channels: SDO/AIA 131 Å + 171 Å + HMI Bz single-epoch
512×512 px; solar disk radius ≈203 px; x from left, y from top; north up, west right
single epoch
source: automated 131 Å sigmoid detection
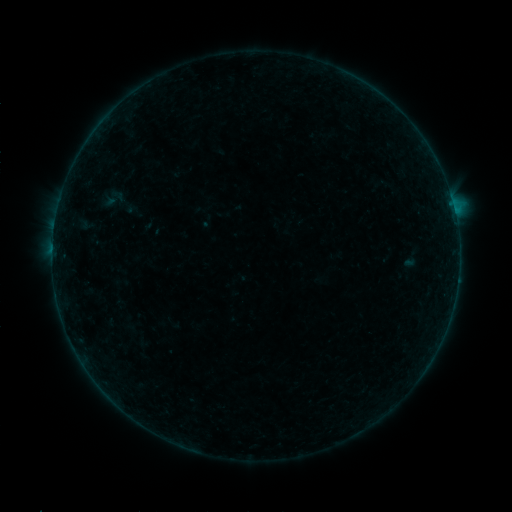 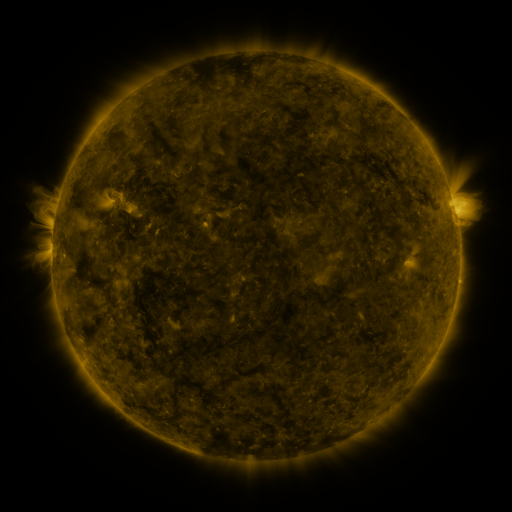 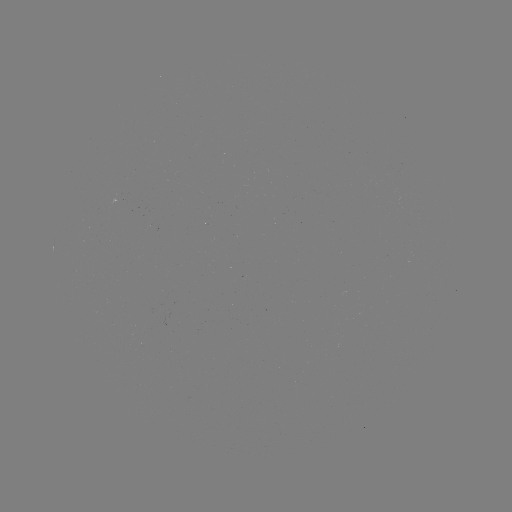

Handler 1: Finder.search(sigmoid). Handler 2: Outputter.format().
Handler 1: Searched sigmoid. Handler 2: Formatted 115,199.